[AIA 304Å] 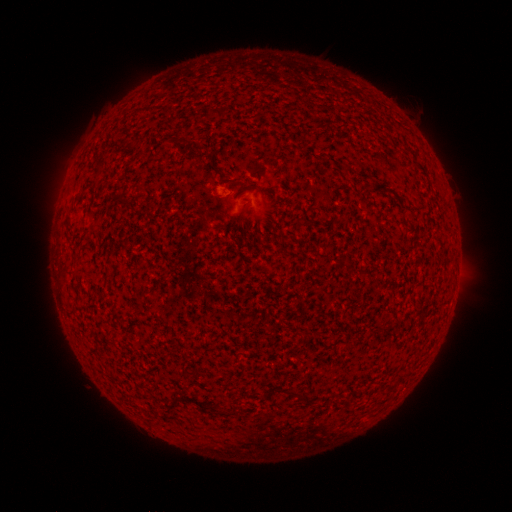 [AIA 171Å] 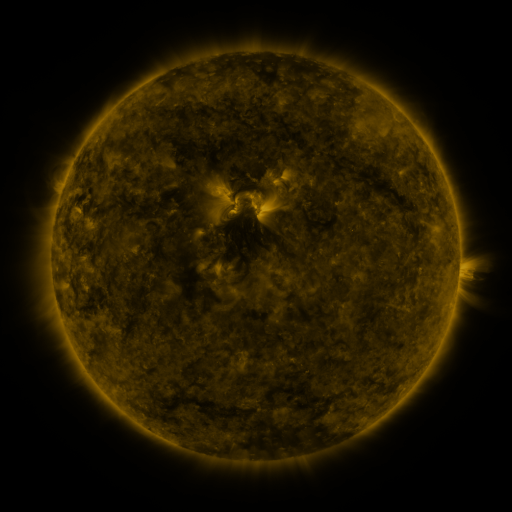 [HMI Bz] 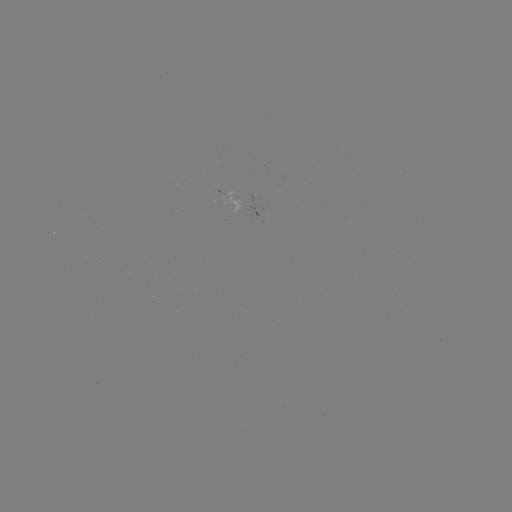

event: spotted active region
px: (263, 207)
